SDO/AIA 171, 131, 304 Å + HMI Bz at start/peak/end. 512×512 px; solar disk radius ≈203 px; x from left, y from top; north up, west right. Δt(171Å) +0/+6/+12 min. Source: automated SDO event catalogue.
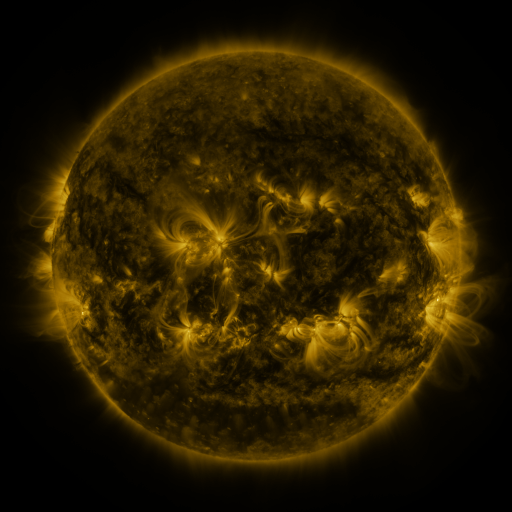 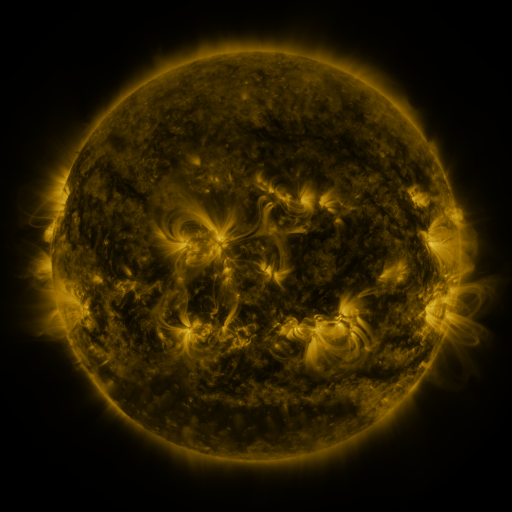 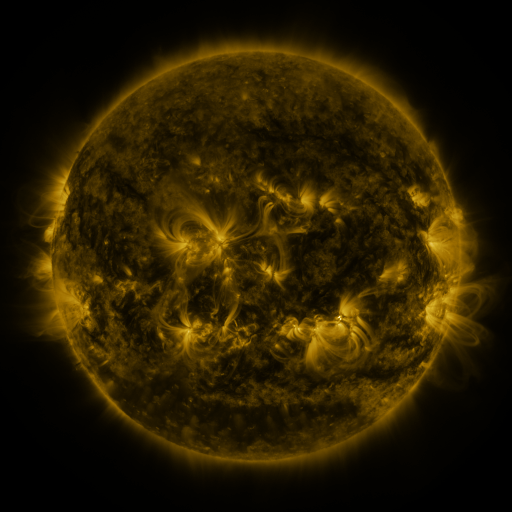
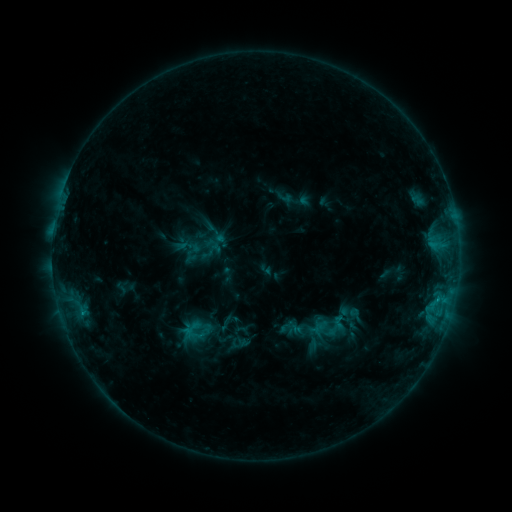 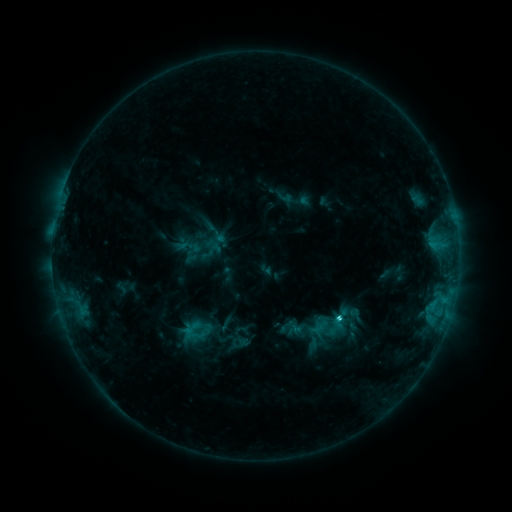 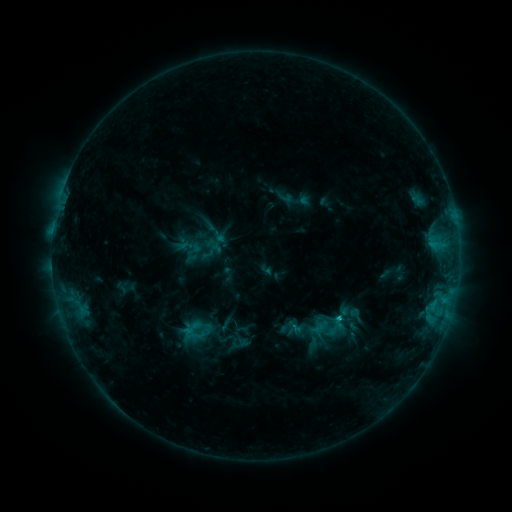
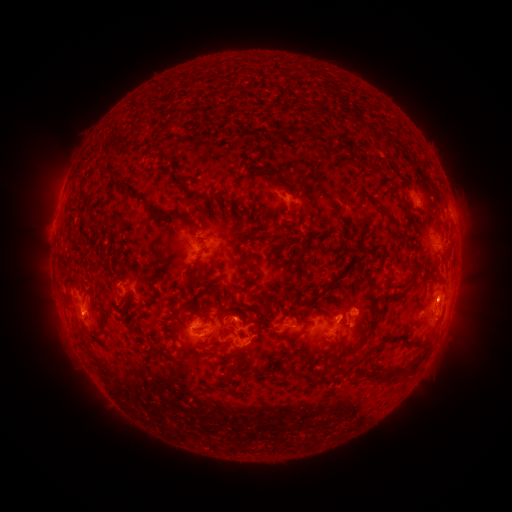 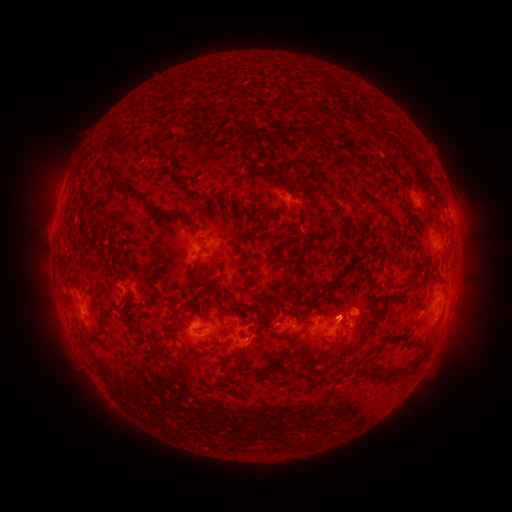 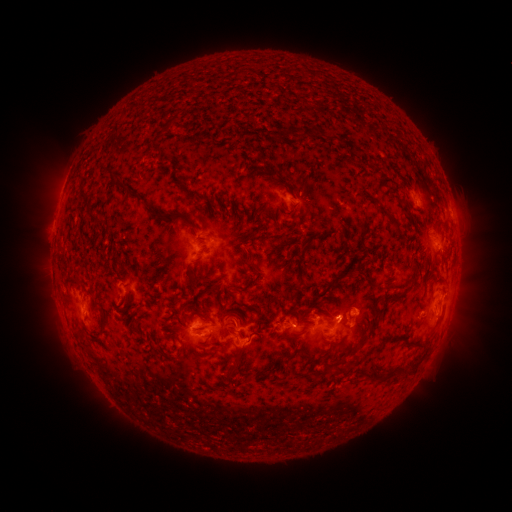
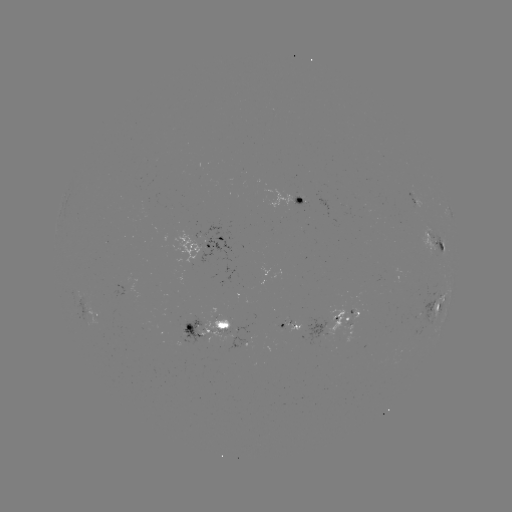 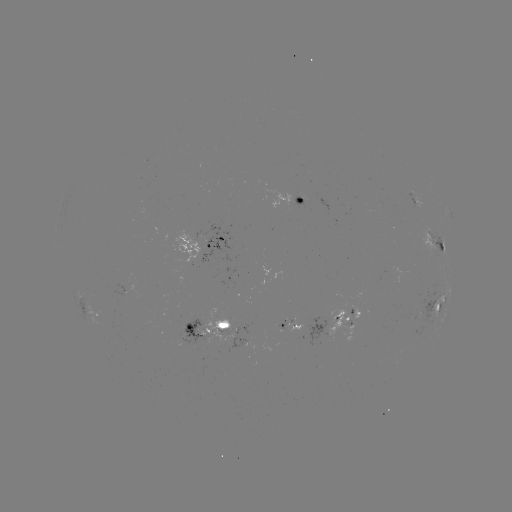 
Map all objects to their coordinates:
C1.8 flare: (338, 314)
